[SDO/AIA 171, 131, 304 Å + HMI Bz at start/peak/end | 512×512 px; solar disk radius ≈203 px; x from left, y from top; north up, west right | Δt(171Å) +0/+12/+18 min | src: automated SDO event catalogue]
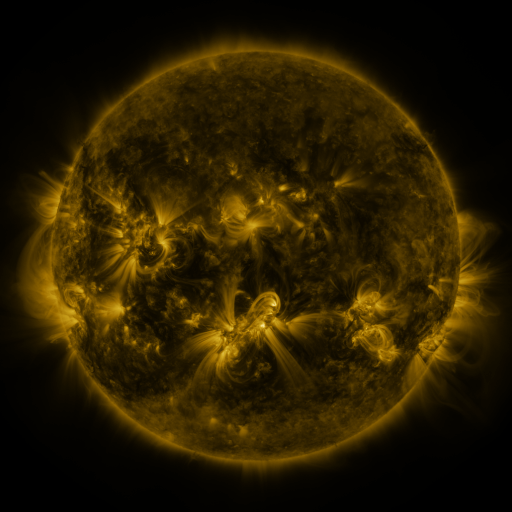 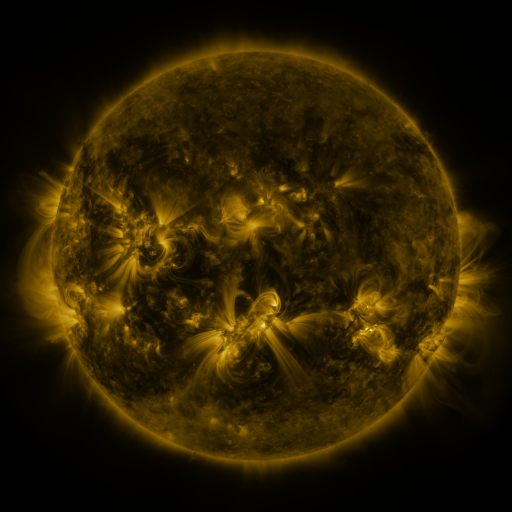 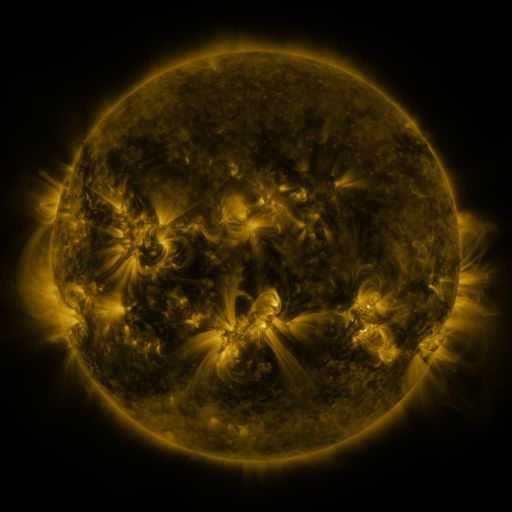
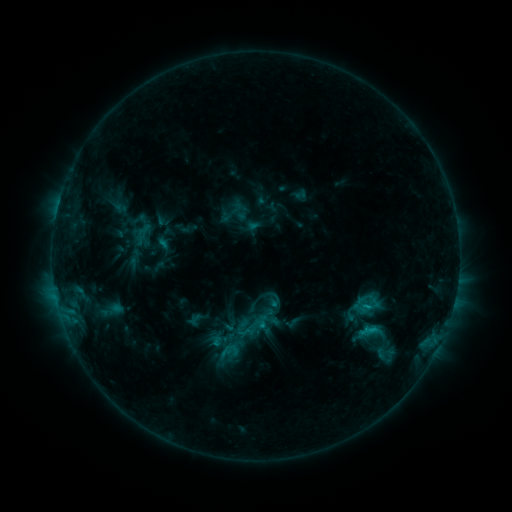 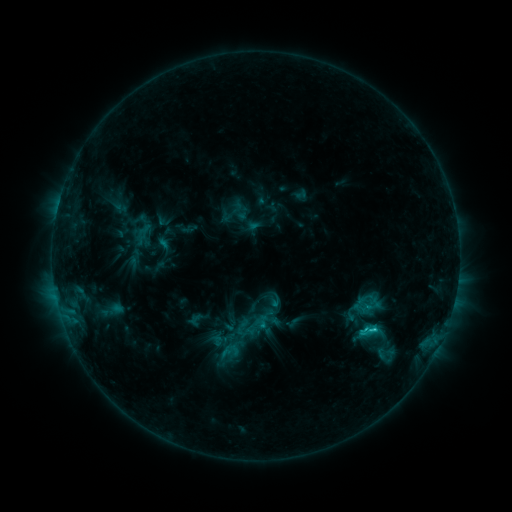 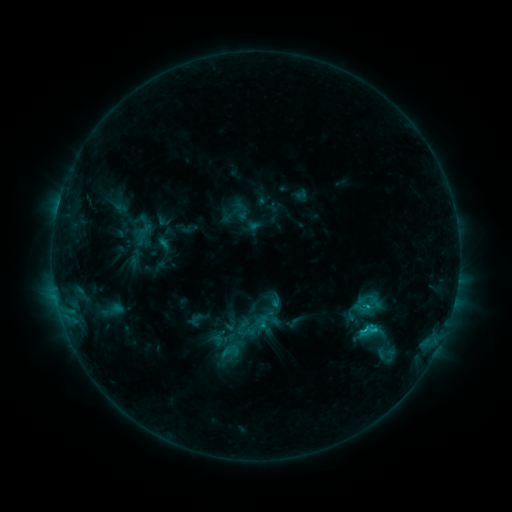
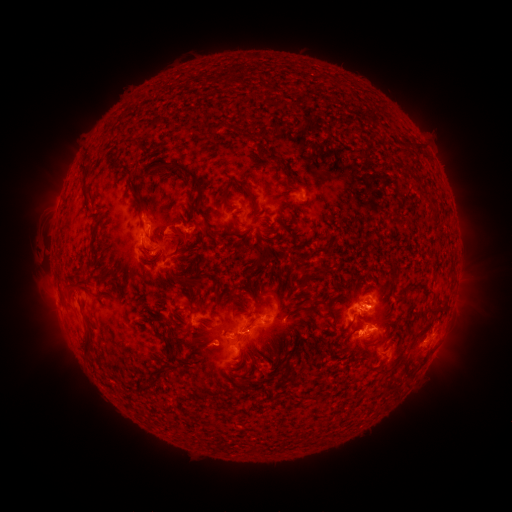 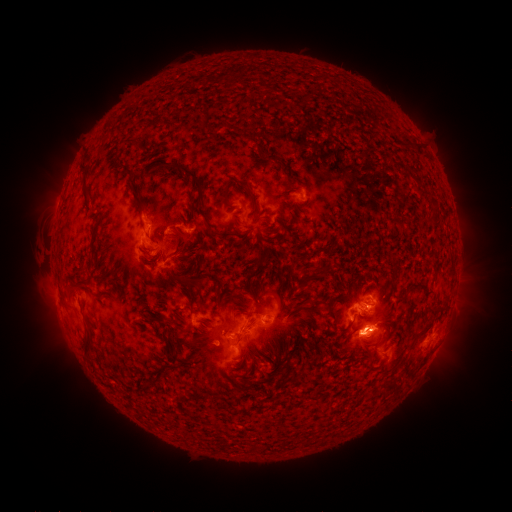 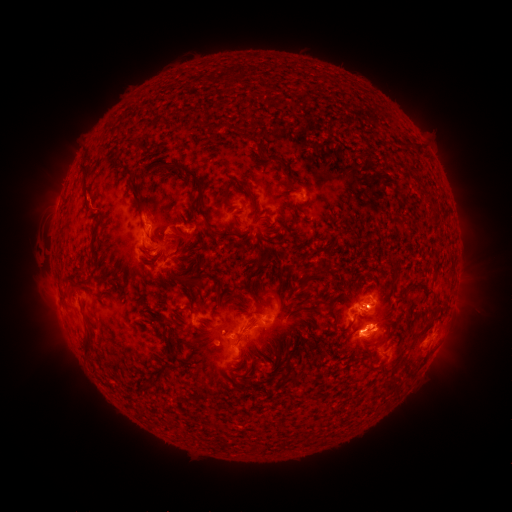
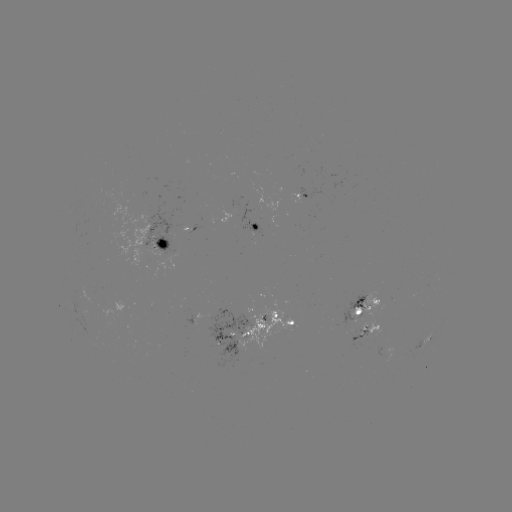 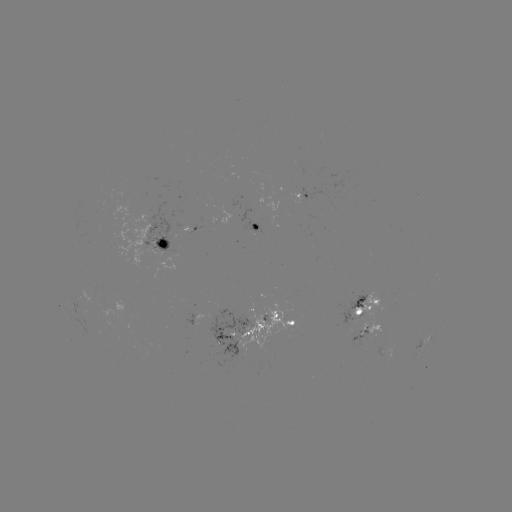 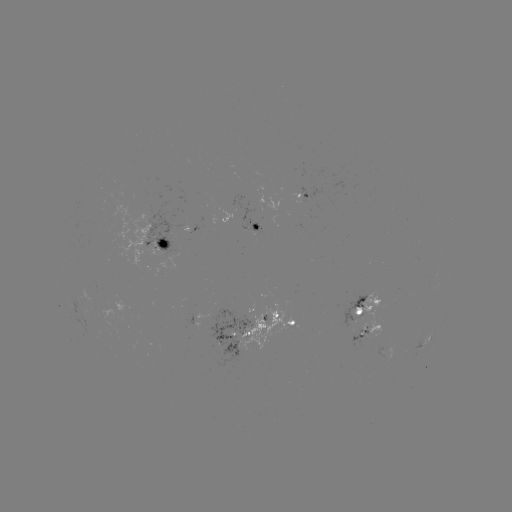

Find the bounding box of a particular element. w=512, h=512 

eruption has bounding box [330, 291, 410, 369].